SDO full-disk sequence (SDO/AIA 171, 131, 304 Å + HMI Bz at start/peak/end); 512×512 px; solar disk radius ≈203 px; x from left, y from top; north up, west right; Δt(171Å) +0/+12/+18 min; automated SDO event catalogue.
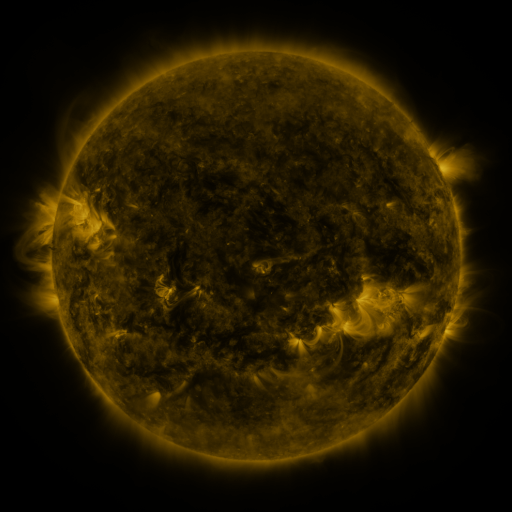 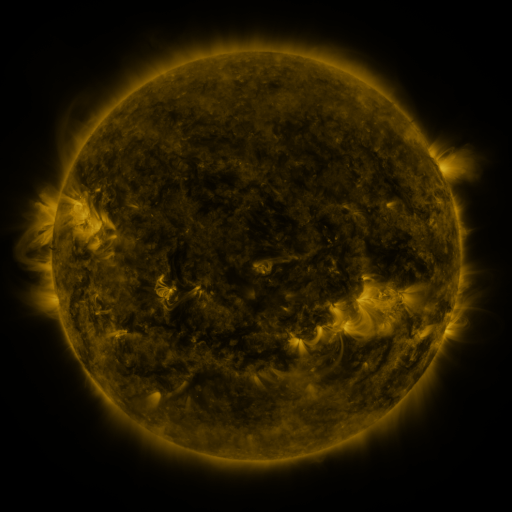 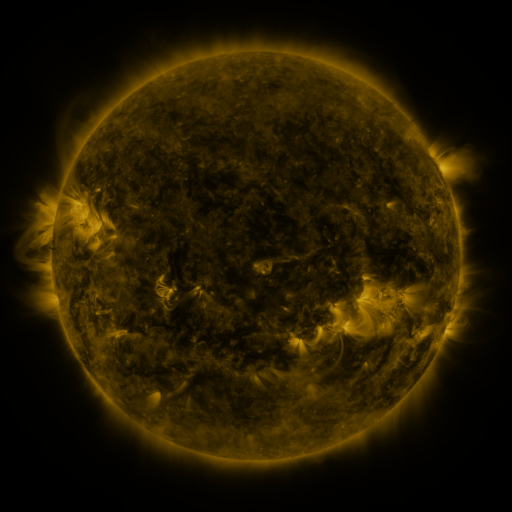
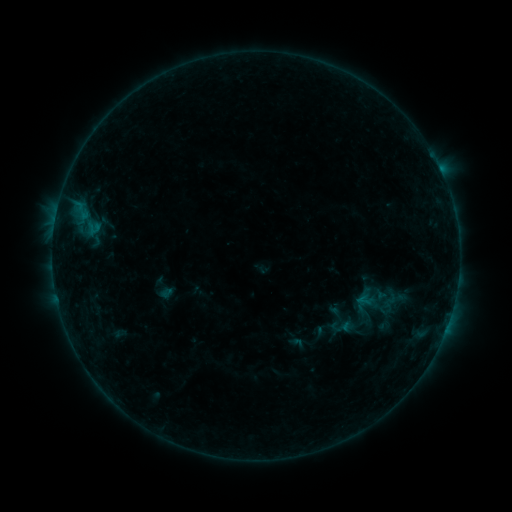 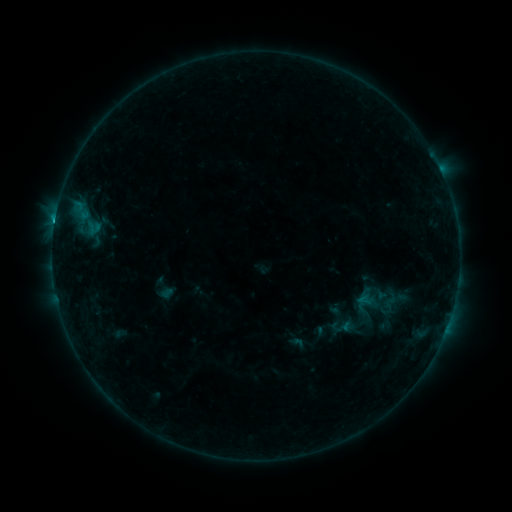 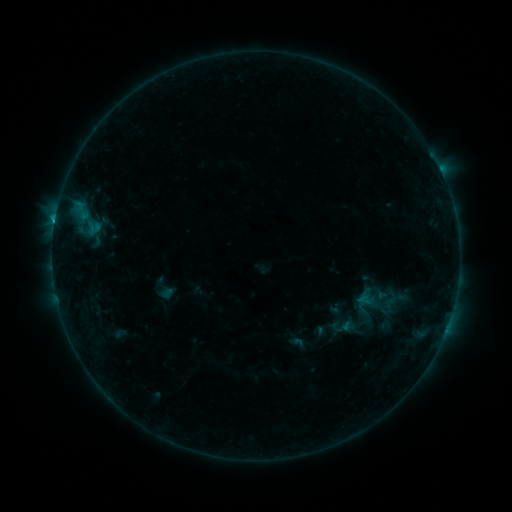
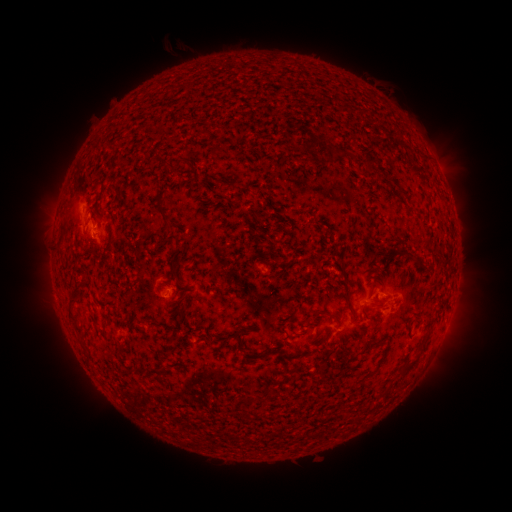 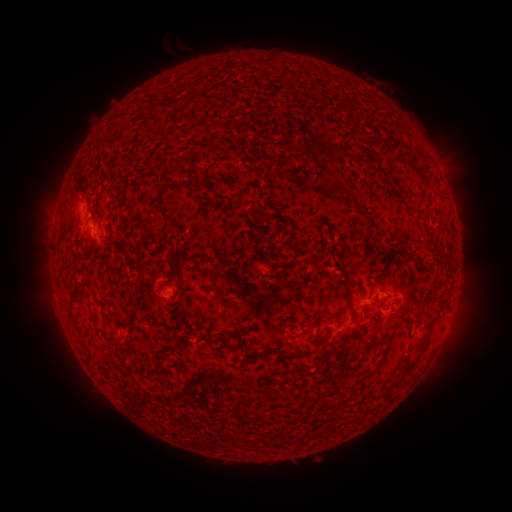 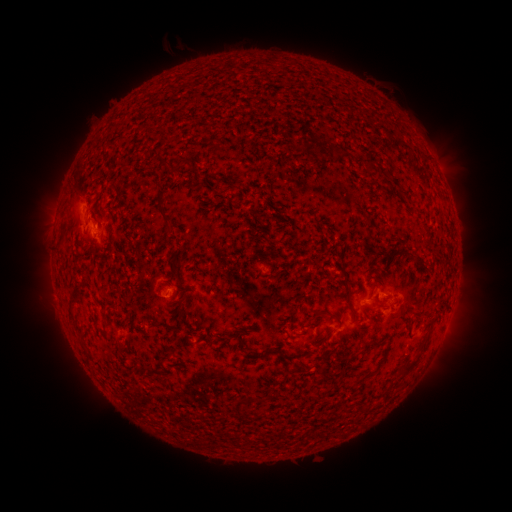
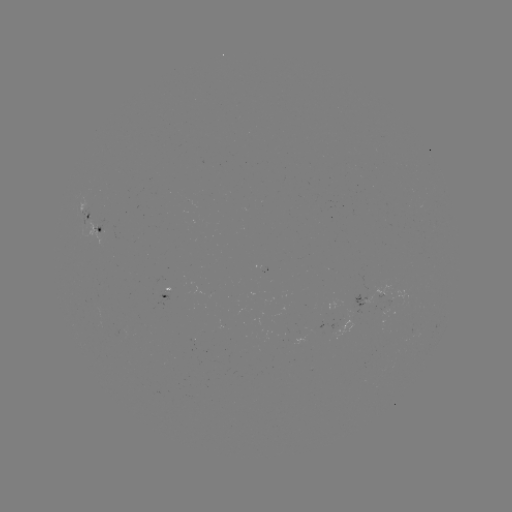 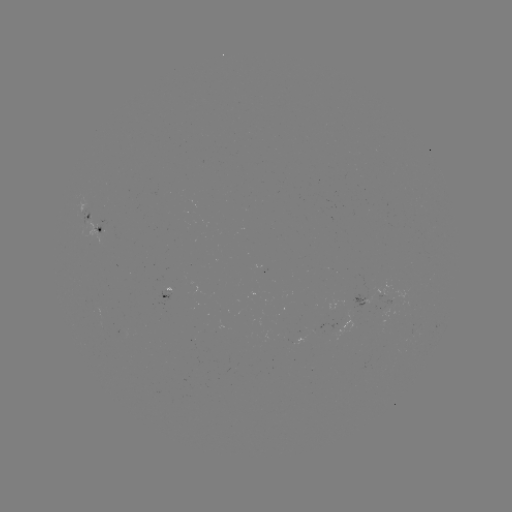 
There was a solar flare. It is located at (55, 224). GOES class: B6.8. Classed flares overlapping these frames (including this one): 1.